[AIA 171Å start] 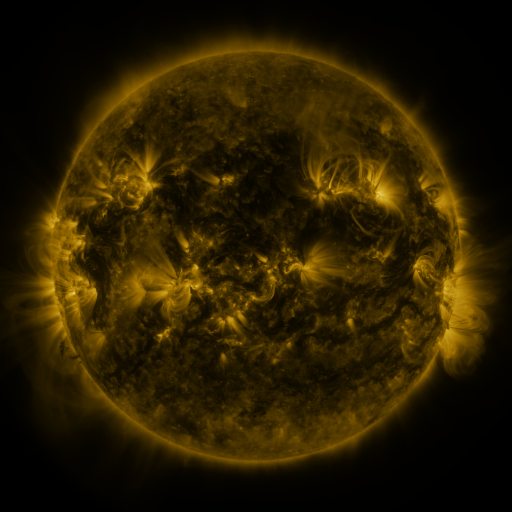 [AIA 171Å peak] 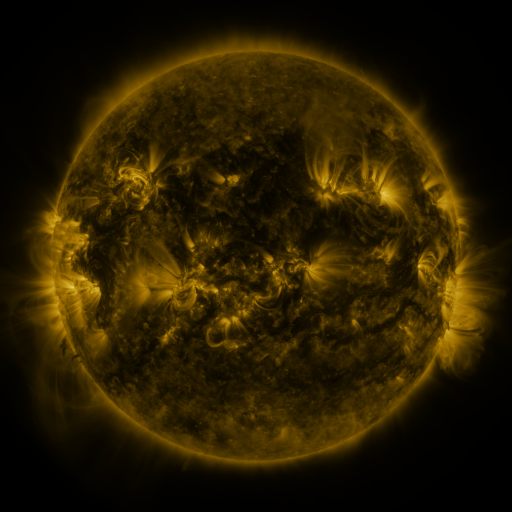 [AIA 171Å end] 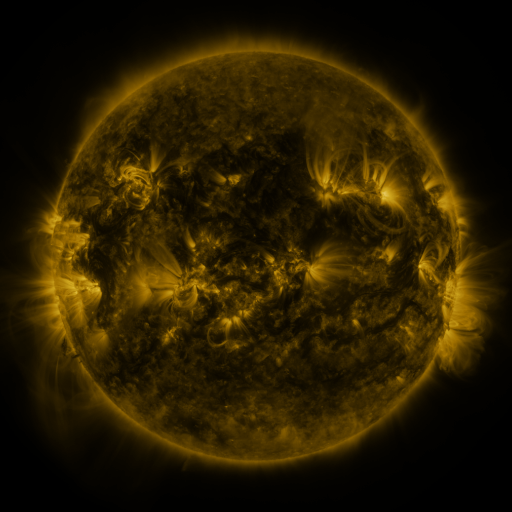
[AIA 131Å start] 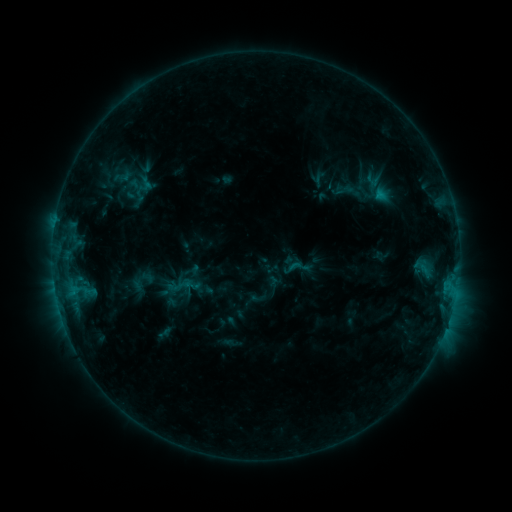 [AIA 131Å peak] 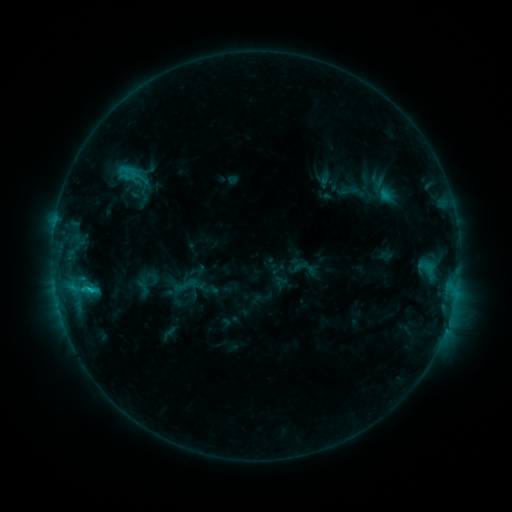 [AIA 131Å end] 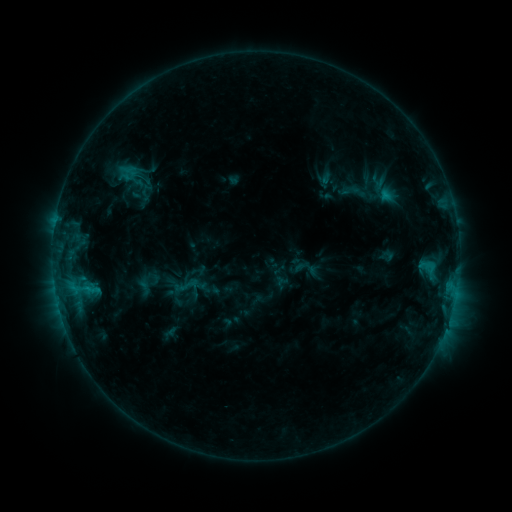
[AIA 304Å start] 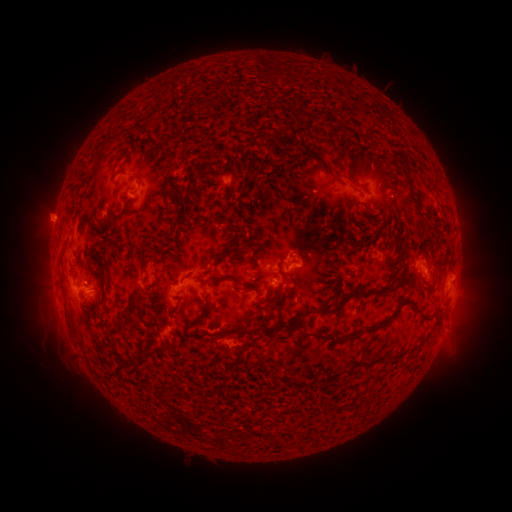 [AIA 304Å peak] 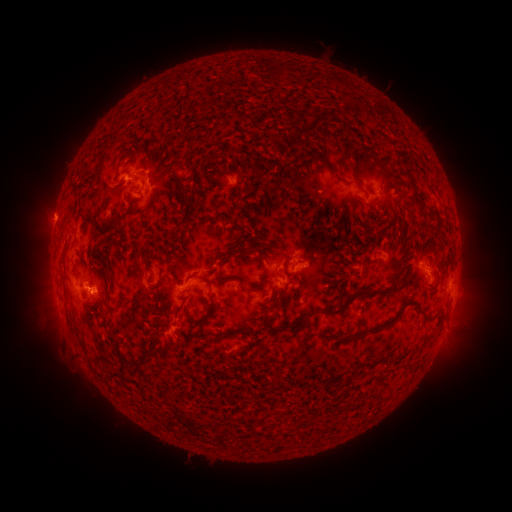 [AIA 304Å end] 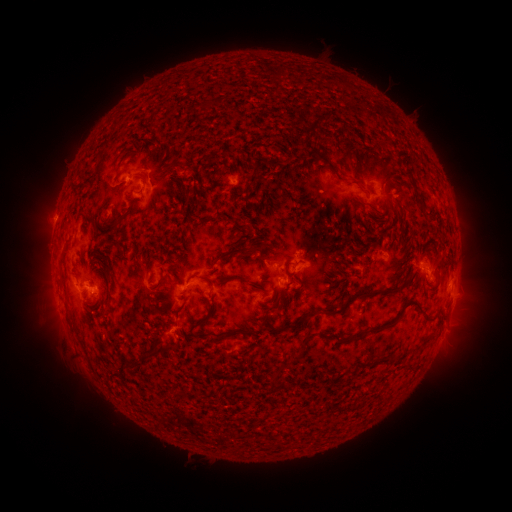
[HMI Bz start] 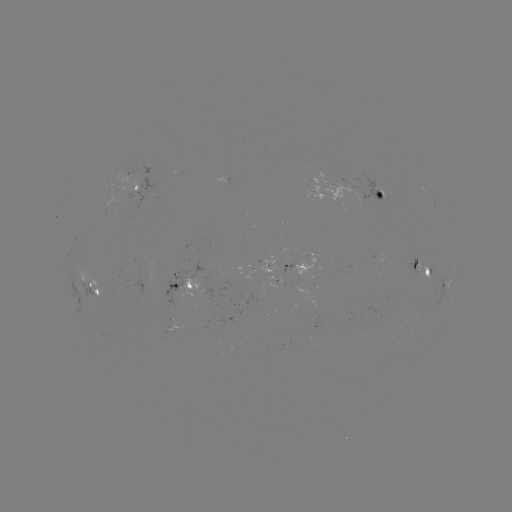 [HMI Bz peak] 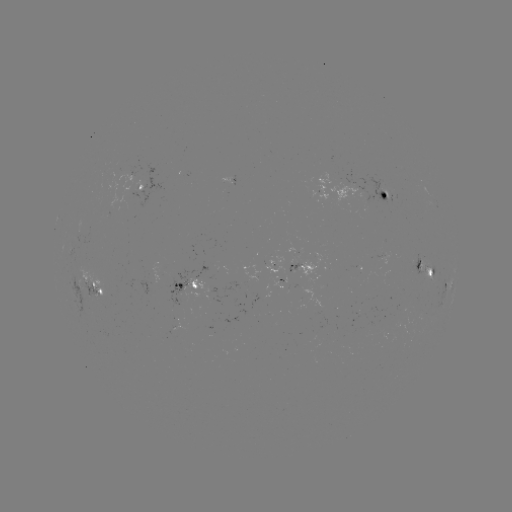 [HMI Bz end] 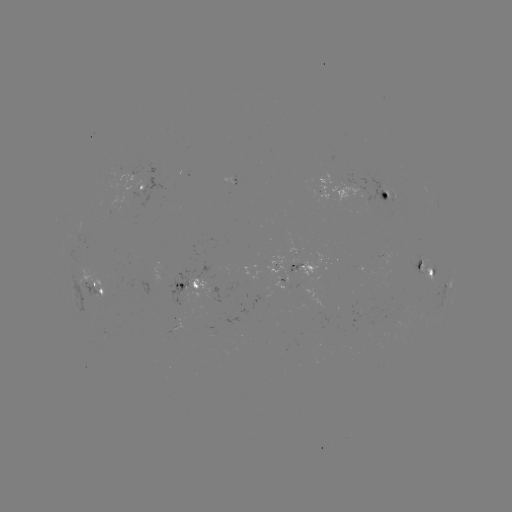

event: emerging-flux region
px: (392, 197)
